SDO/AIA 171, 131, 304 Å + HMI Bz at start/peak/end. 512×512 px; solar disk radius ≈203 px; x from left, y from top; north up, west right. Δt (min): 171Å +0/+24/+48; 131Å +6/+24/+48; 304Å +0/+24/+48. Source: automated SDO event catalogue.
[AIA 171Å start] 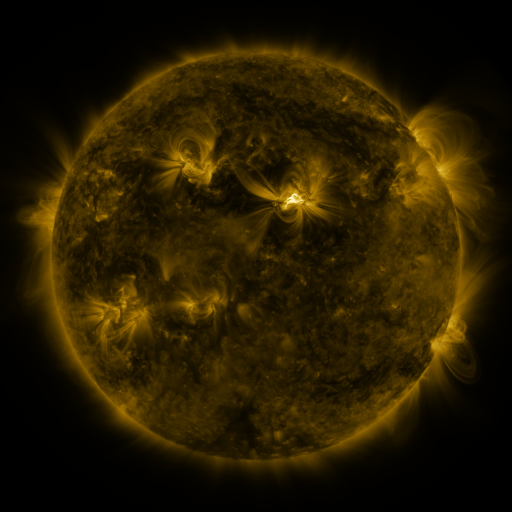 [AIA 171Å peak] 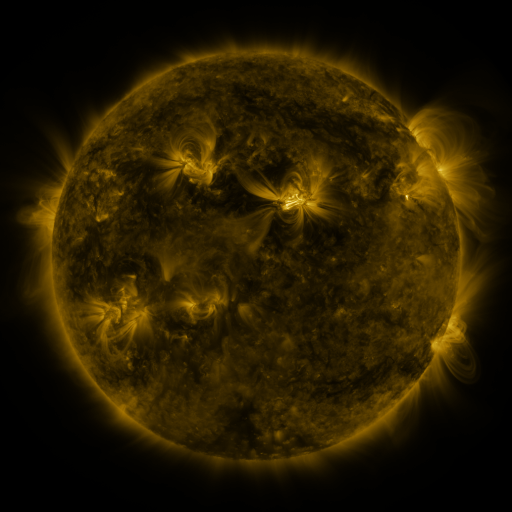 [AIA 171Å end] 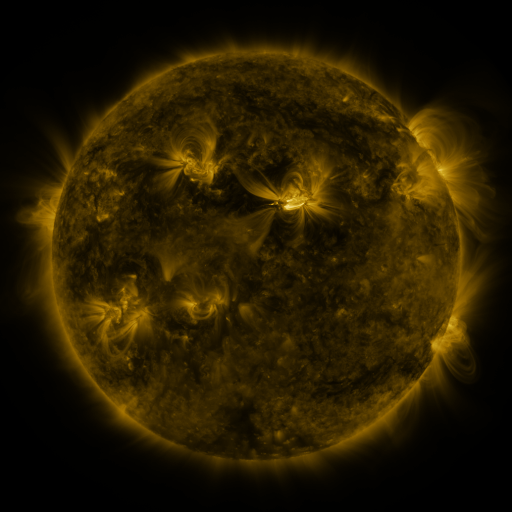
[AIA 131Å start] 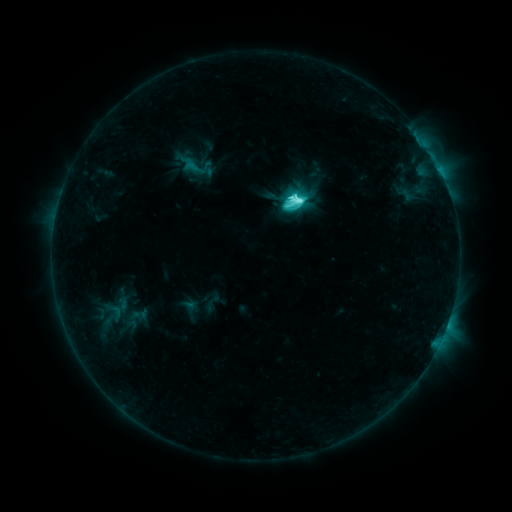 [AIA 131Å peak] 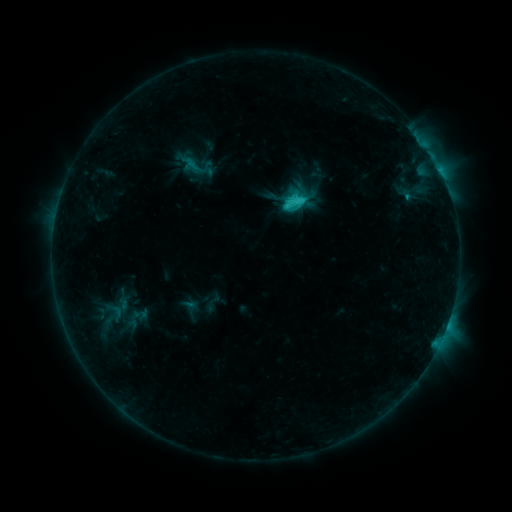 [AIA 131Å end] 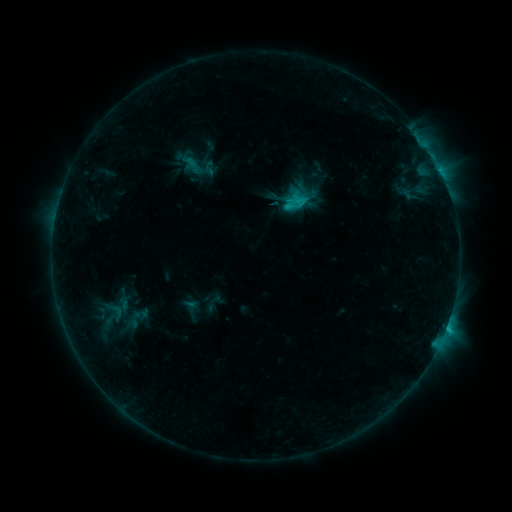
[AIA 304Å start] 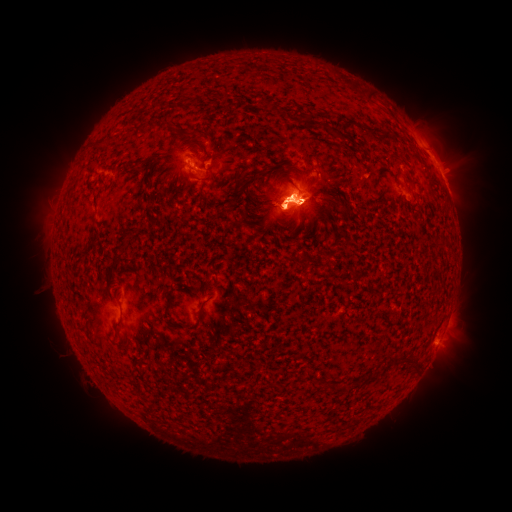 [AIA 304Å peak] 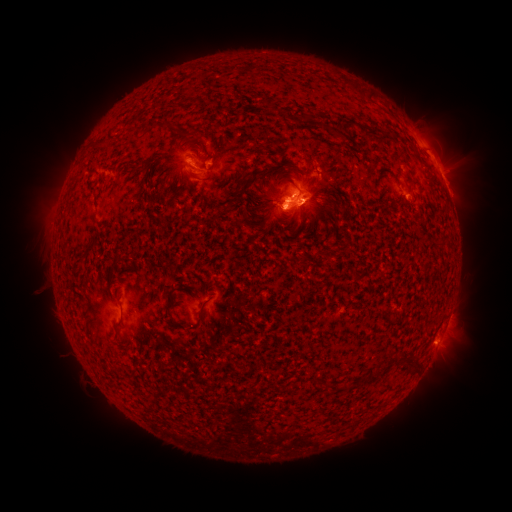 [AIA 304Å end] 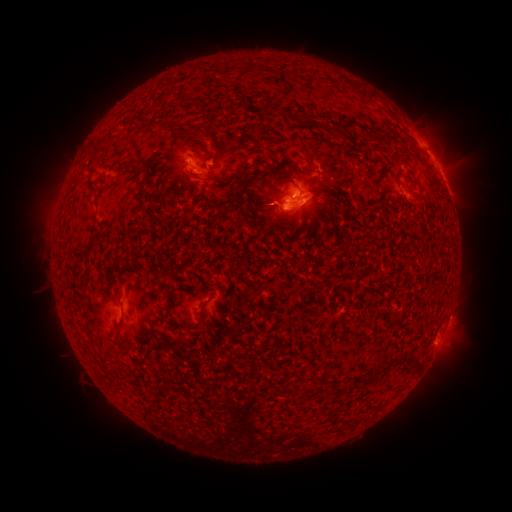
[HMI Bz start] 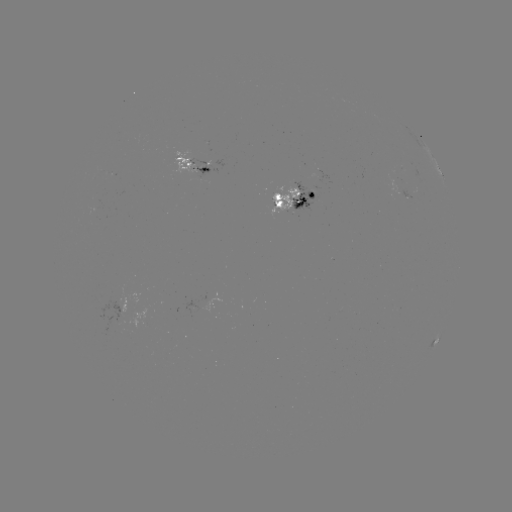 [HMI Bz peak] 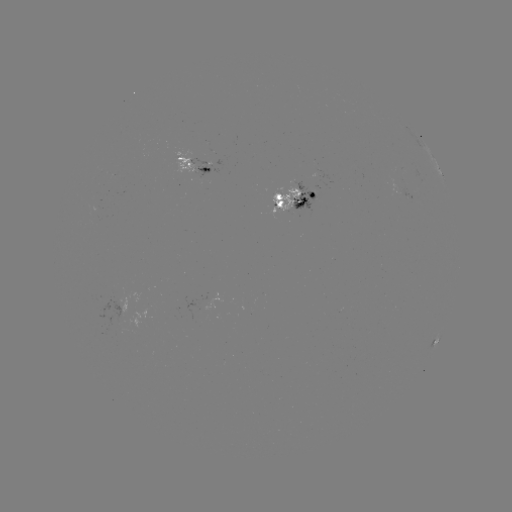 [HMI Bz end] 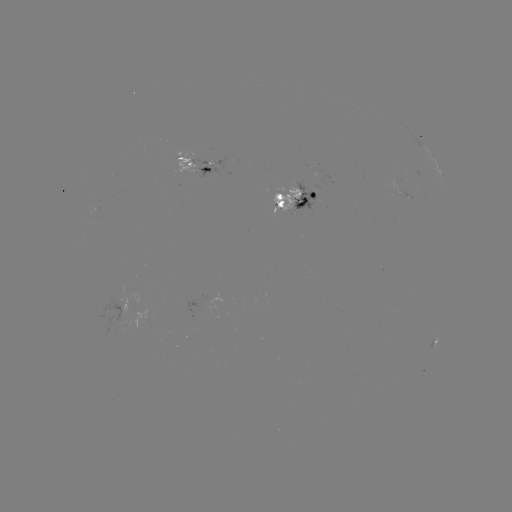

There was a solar emerging-flux region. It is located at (412, 192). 